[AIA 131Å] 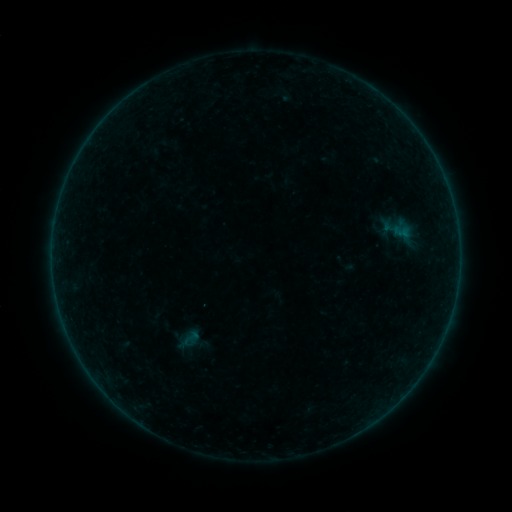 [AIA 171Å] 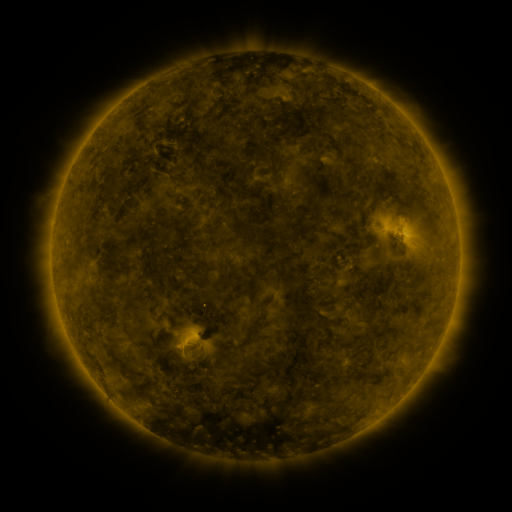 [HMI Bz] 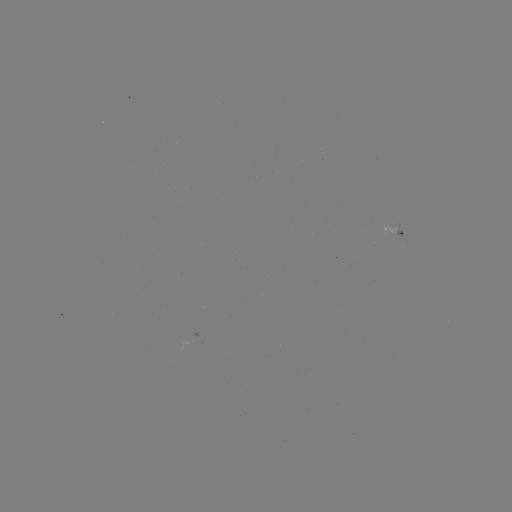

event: sigmoid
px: (191, 337)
